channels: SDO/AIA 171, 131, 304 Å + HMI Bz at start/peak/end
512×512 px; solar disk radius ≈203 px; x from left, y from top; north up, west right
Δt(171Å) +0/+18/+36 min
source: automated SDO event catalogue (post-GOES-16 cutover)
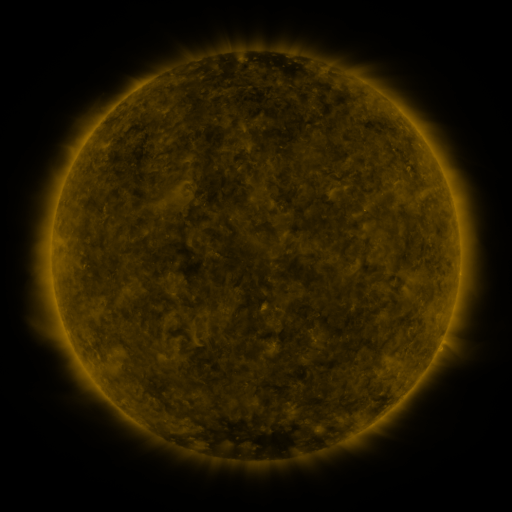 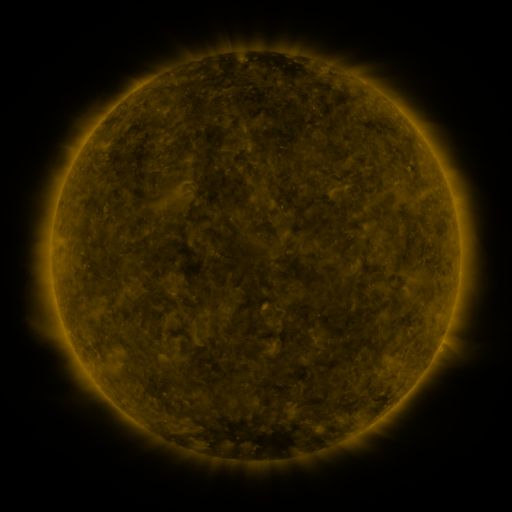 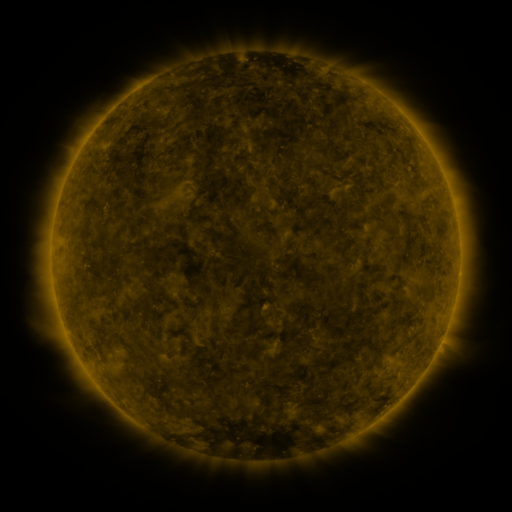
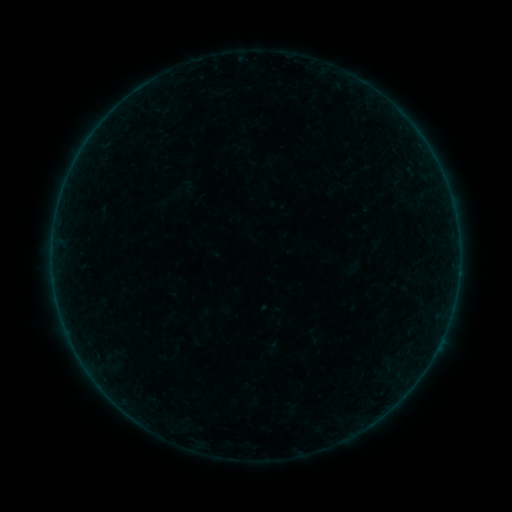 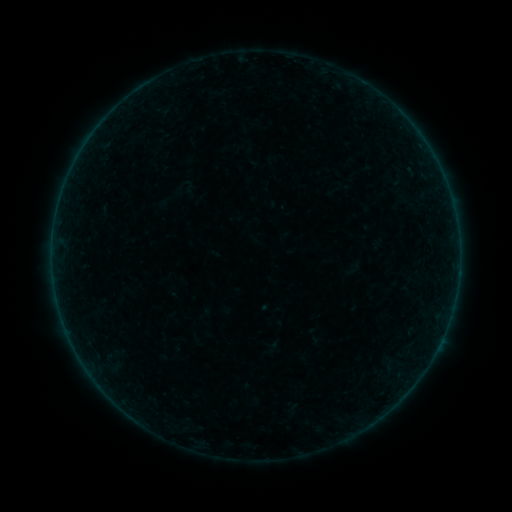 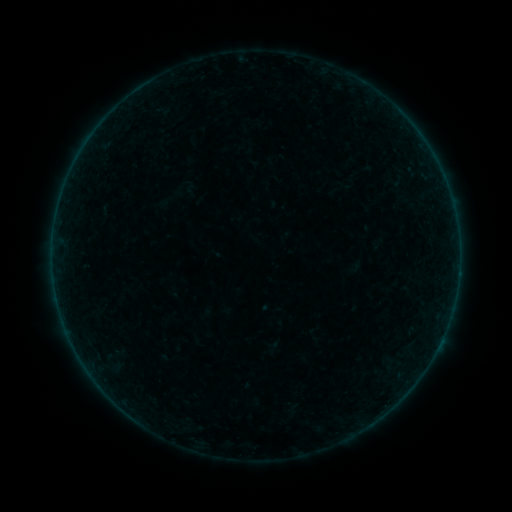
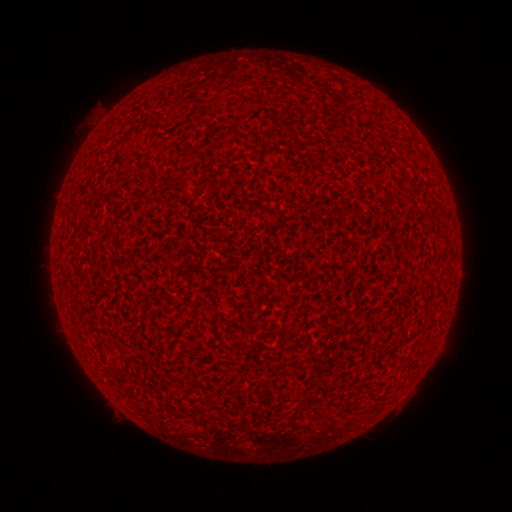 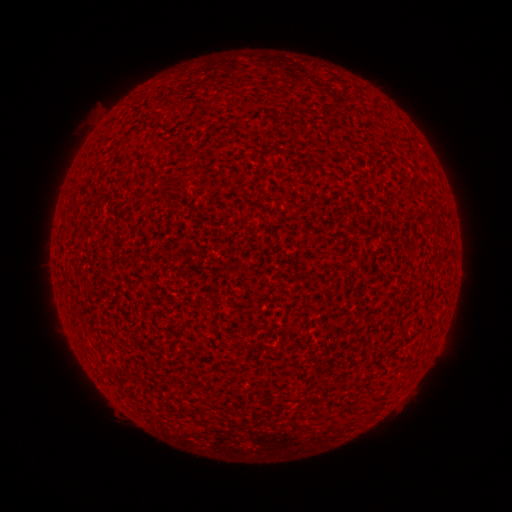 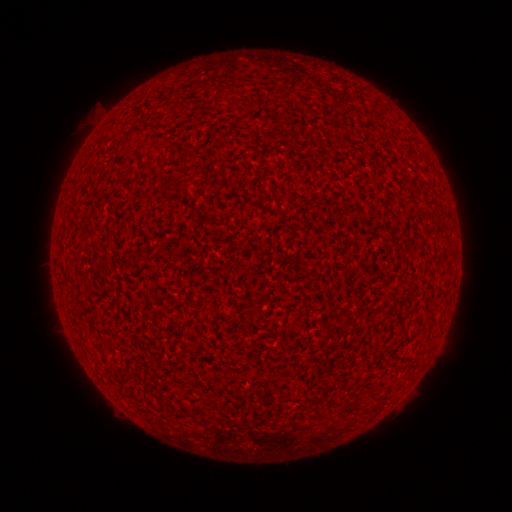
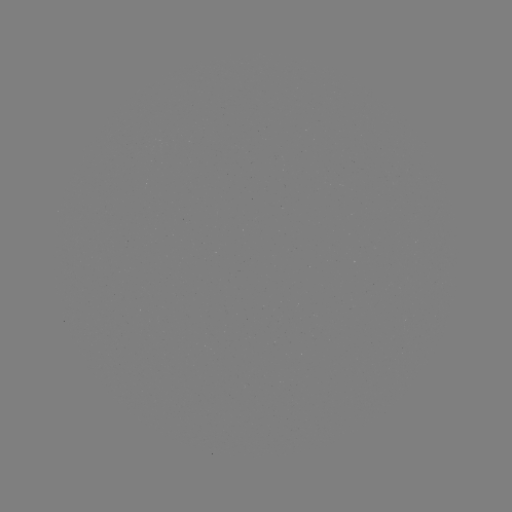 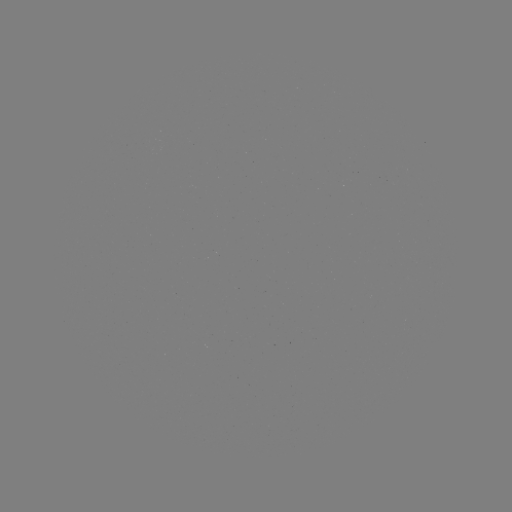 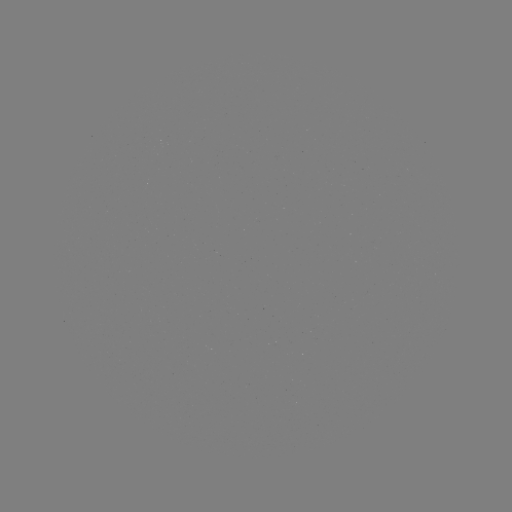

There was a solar flare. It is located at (440, 341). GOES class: A1.1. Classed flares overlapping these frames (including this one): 1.